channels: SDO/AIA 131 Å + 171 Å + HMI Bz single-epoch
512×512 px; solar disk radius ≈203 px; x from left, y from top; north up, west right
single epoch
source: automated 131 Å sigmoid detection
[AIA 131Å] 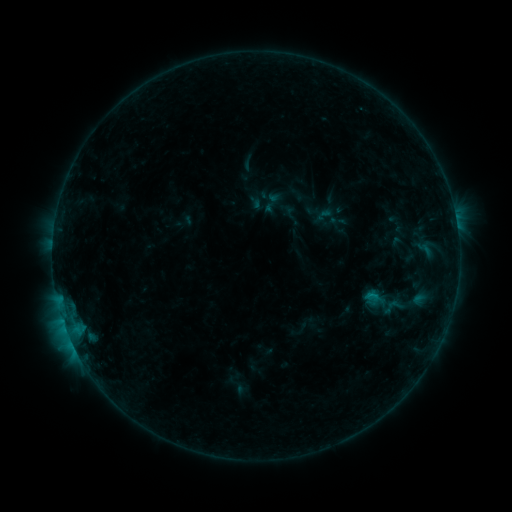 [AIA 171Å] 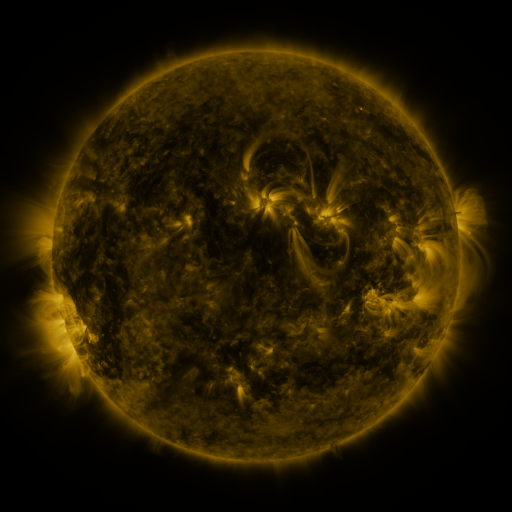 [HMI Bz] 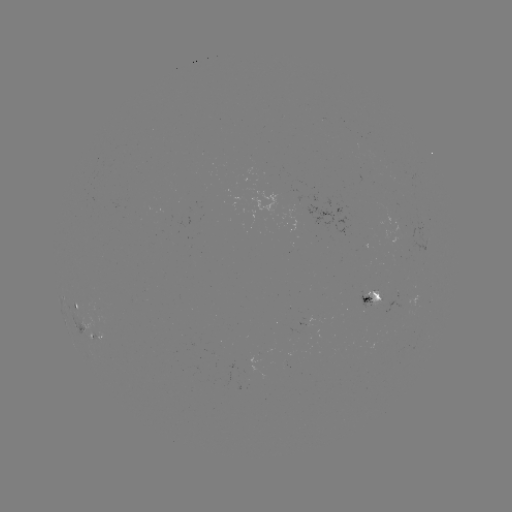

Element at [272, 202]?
sigmoid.